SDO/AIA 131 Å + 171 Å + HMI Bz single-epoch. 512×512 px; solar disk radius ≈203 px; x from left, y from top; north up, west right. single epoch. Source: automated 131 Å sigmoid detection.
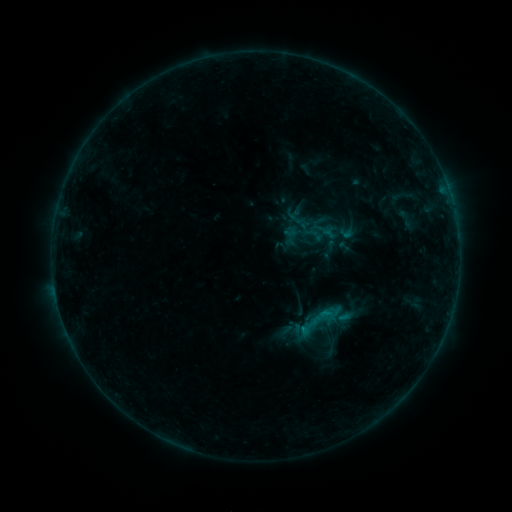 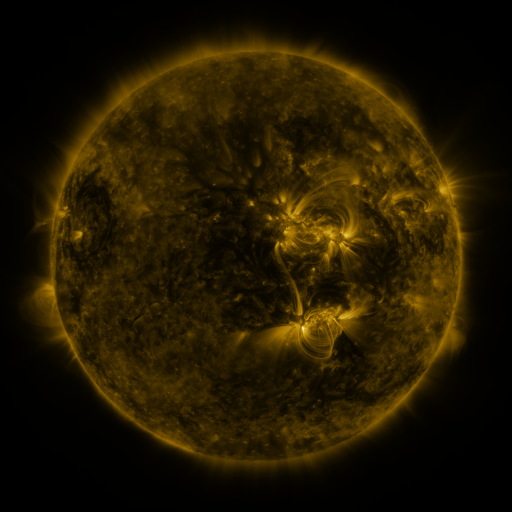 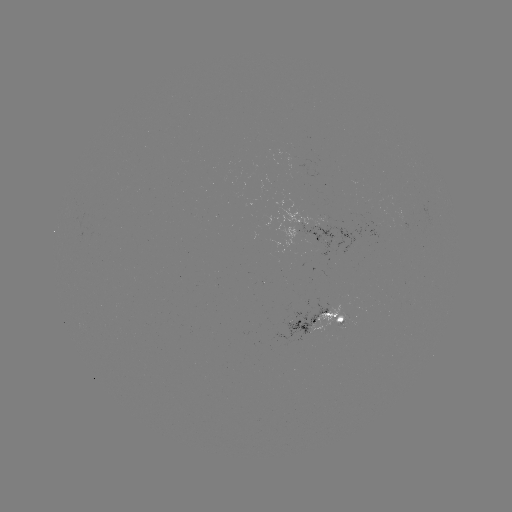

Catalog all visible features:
sigmoid: (320, 320)
